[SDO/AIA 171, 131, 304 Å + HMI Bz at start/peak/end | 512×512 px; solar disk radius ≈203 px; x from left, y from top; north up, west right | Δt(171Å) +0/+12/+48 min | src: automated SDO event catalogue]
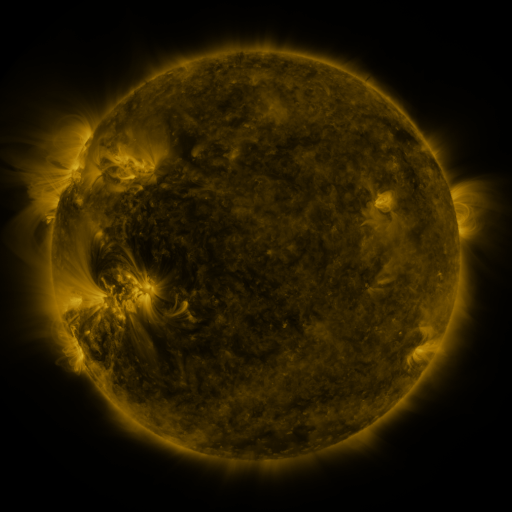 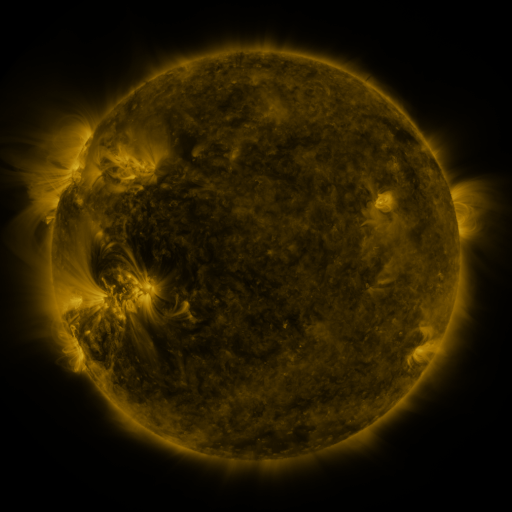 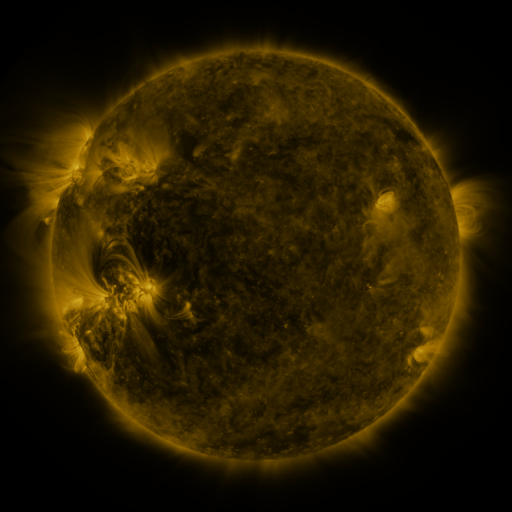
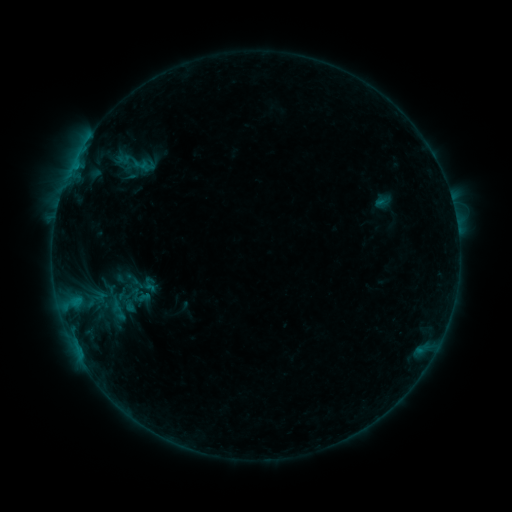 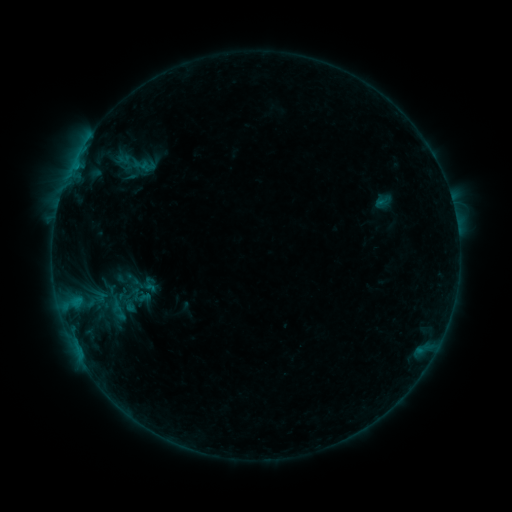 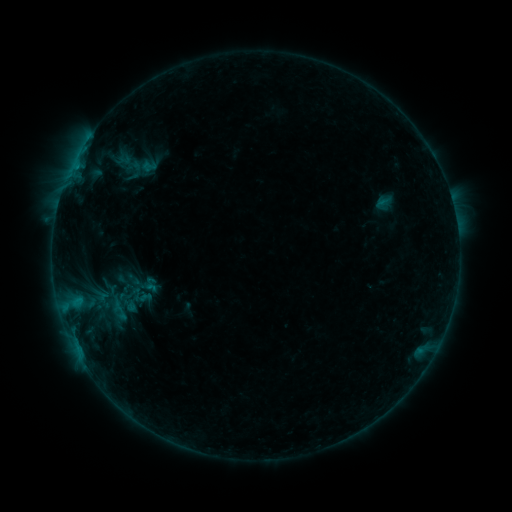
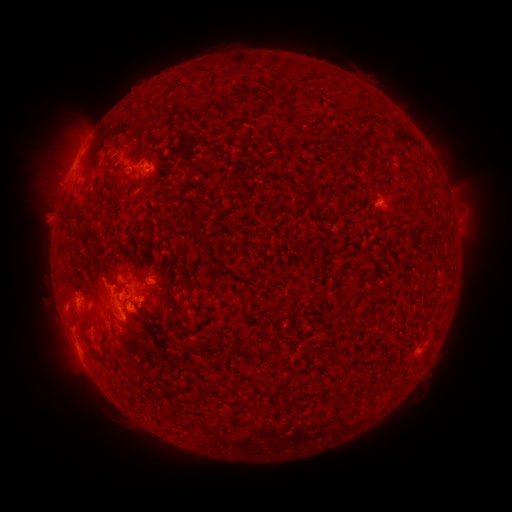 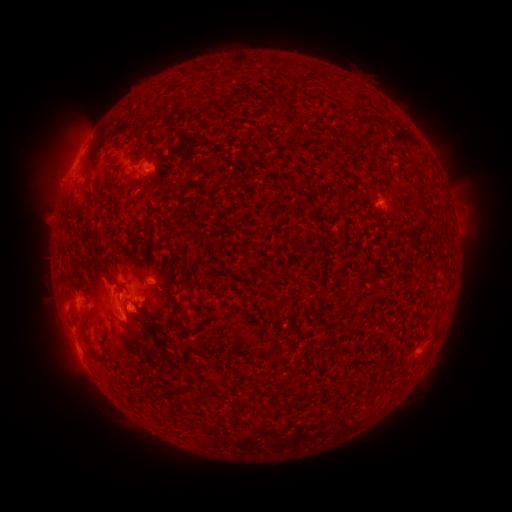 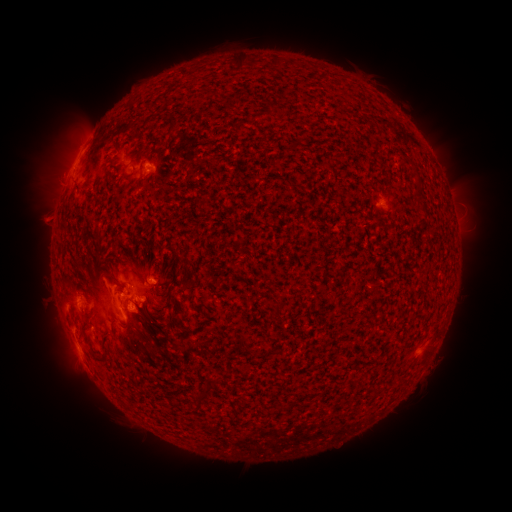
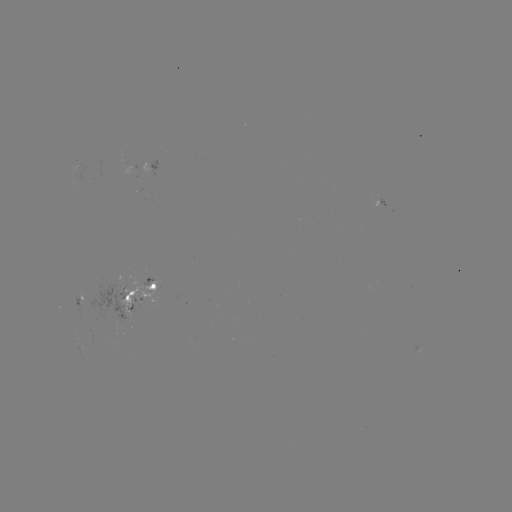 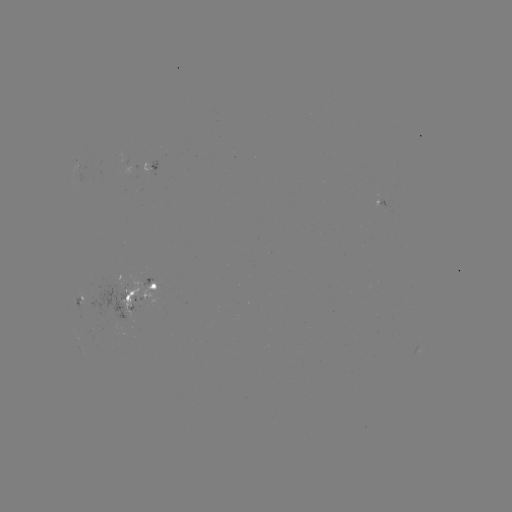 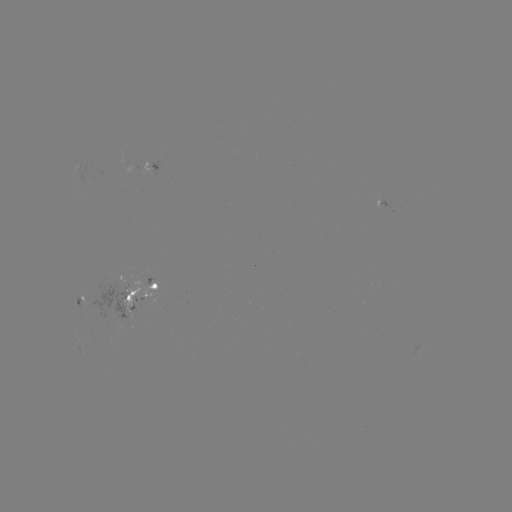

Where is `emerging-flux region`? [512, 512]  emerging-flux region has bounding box [115, 282, 147, 318].